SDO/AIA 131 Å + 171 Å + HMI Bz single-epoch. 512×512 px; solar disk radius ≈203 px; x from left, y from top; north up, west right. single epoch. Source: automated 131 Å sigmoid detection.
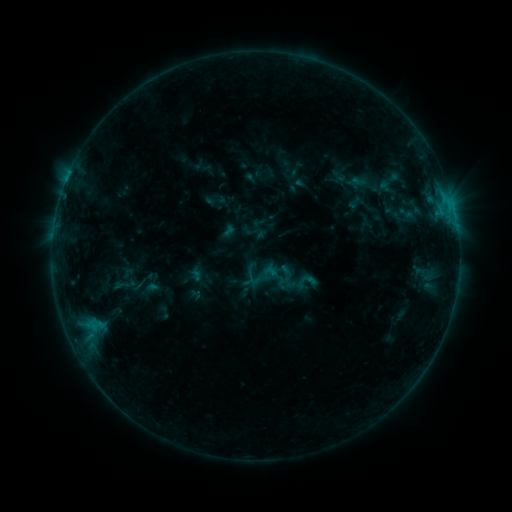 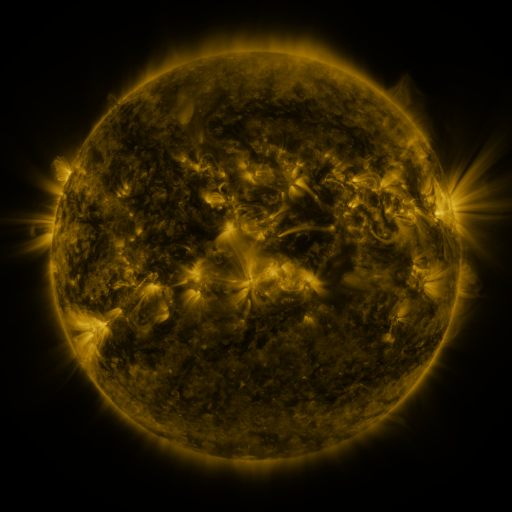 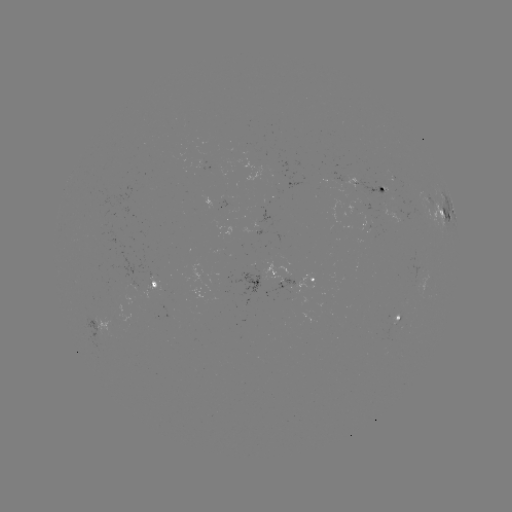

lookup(sigmoid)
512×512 (126, 284)